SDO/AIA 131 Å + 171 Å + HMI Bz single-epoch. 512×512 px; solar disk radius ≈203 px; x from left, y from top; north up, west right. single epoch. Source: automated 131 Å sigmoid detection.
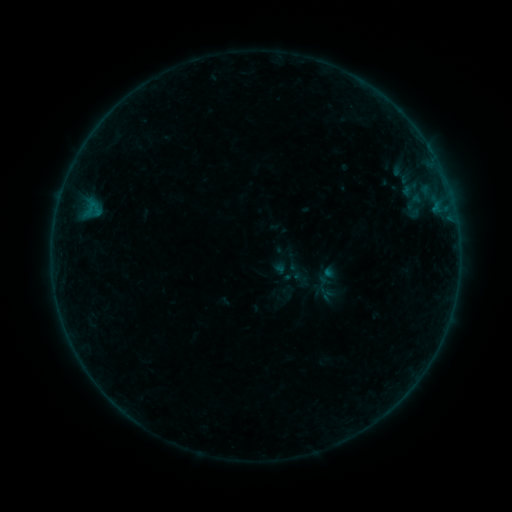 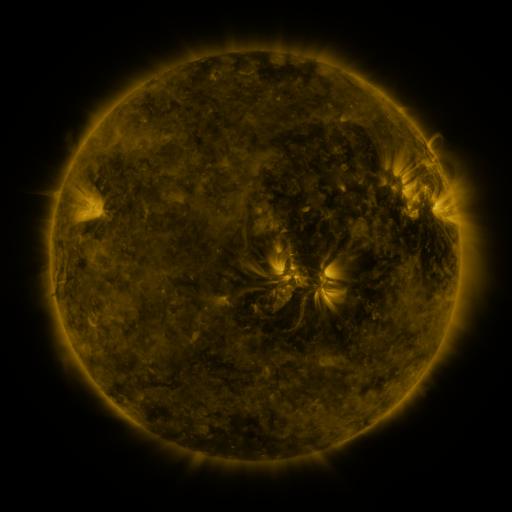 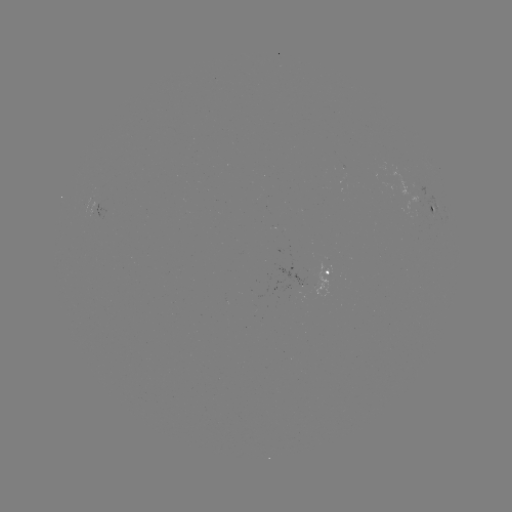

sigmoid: [318, 285, 338, 307]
